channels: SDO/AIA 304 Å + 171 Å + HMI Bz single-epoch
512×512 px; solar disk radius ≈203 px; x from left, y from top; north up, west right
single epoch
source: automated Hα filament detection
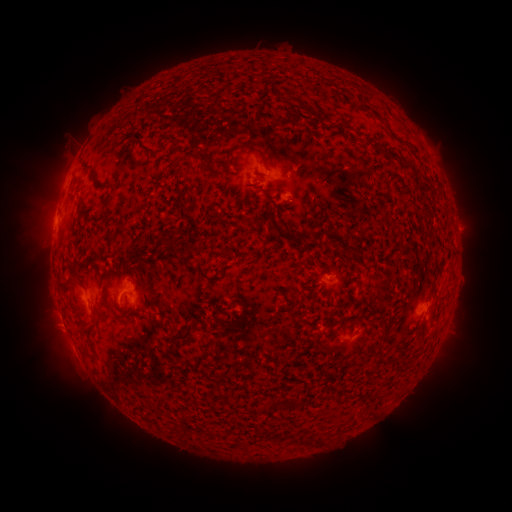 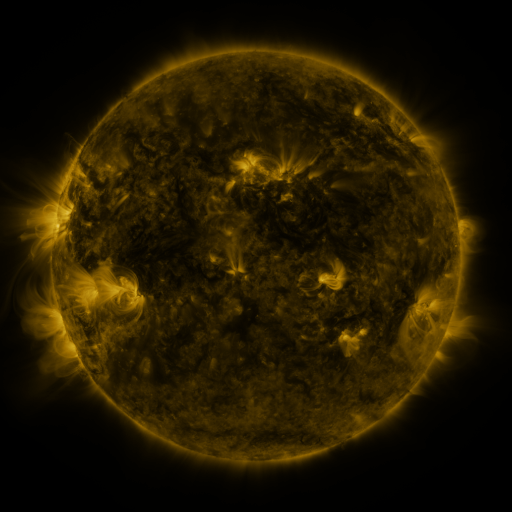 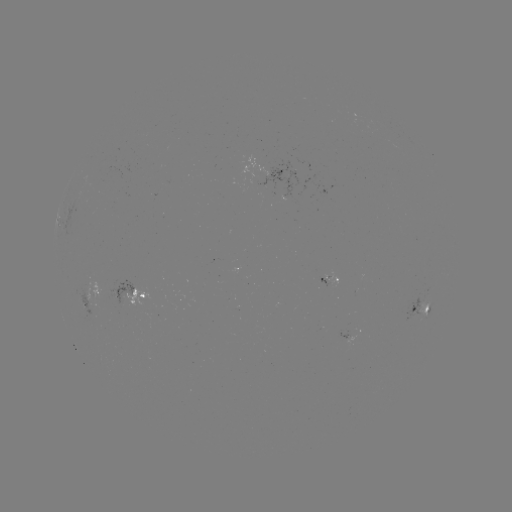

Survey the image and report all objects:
filament: (372, 111, 382, 121)
filament: (389, 131, 399, 141)
filament: (77, 195, 83, 211)
filament: (306, 226, 315, 236)
filament: (284, 228, 296, 238)
filament: (68, 276, 80, 285)
filament: (112, 311, 130, 324)
filament: (357, 315, 364, 326)
filament: (79, 321, 97, 334)
filament: (313, 341, 344, 353)
filament: (295, 433, 306, 446)
